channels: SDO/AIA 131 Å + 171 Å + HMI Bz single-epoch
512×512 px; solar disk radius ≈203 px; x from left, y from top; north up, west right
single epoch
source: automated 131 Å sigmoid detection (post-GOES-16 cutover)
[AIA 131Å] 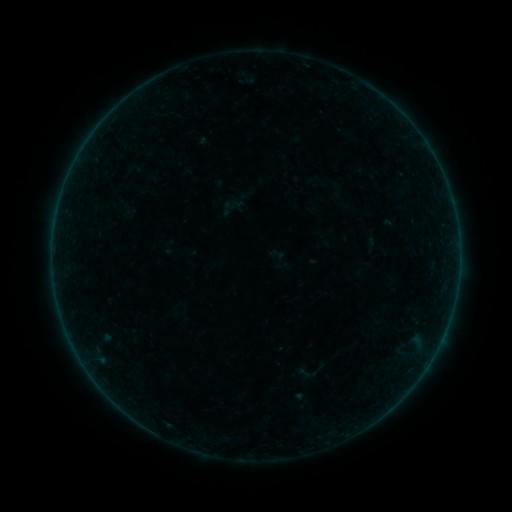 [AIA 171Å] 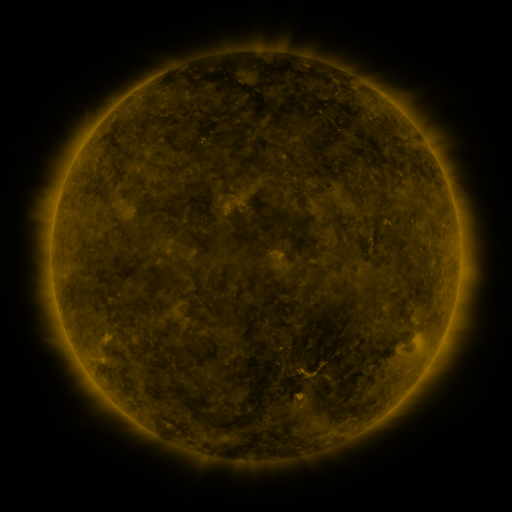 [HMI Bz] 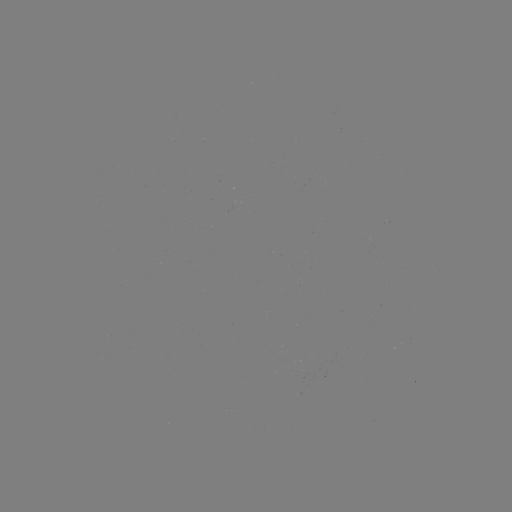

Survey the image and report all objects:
sigmoid: (319, 181)
sigmoid: (307, 374)
